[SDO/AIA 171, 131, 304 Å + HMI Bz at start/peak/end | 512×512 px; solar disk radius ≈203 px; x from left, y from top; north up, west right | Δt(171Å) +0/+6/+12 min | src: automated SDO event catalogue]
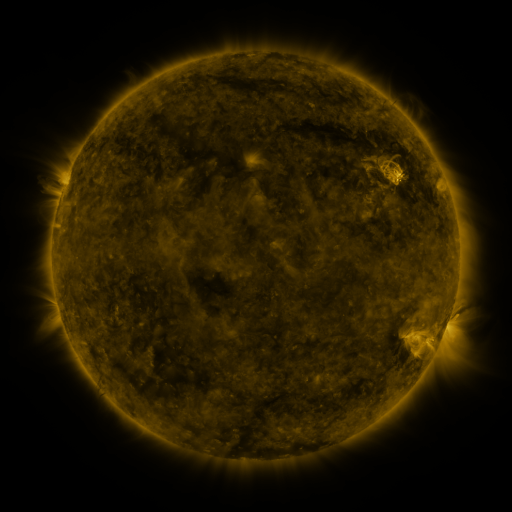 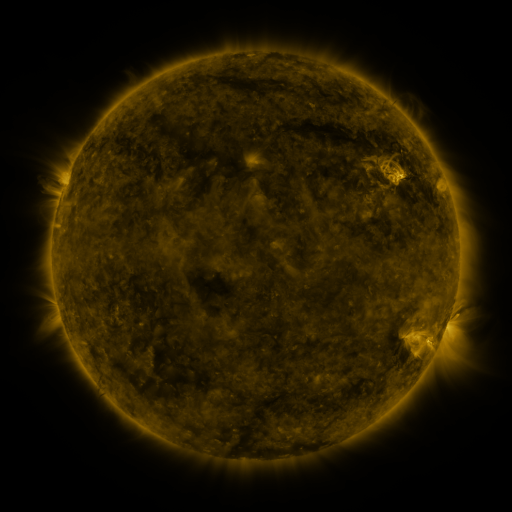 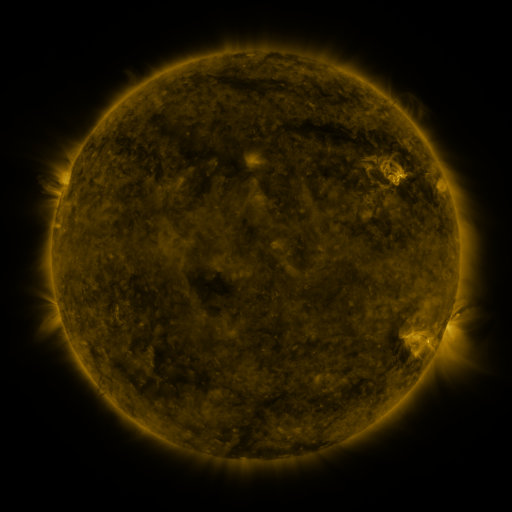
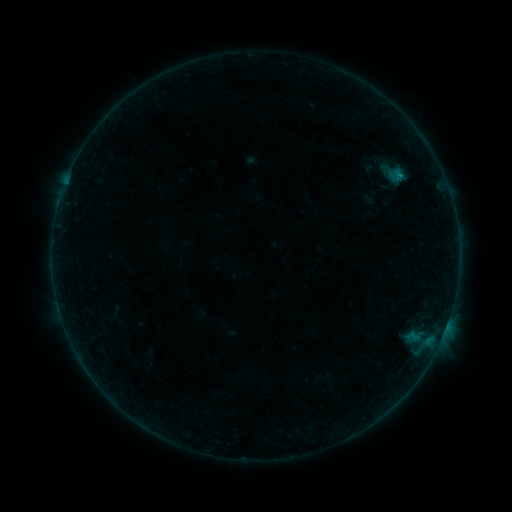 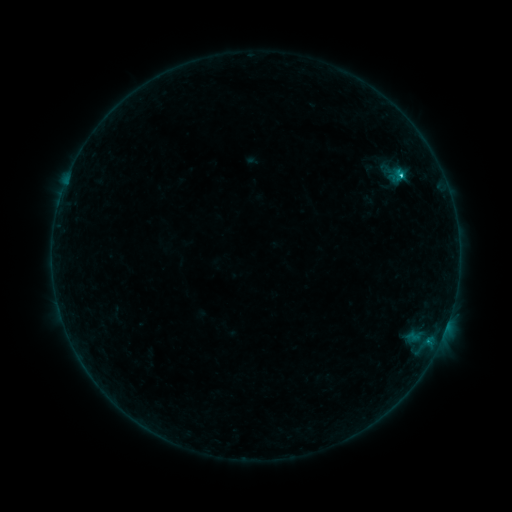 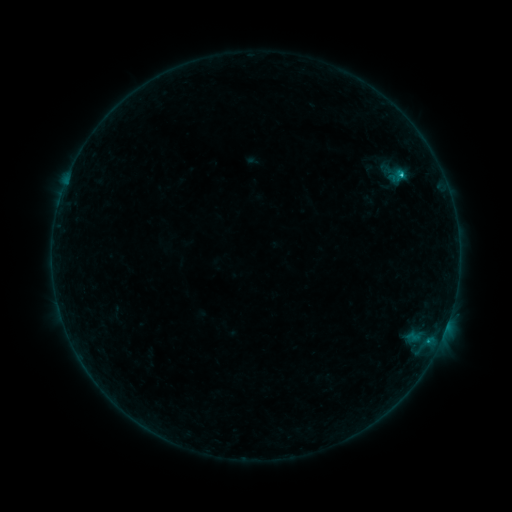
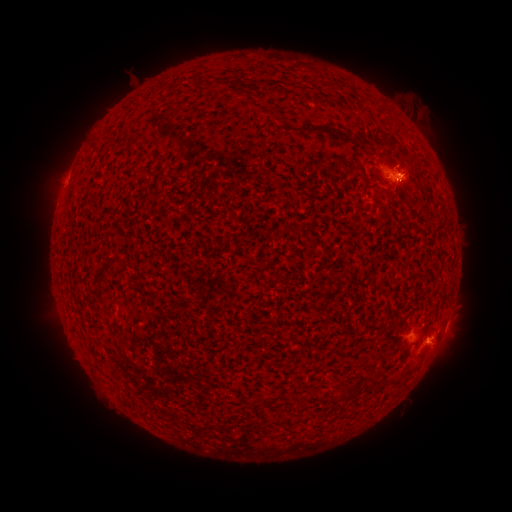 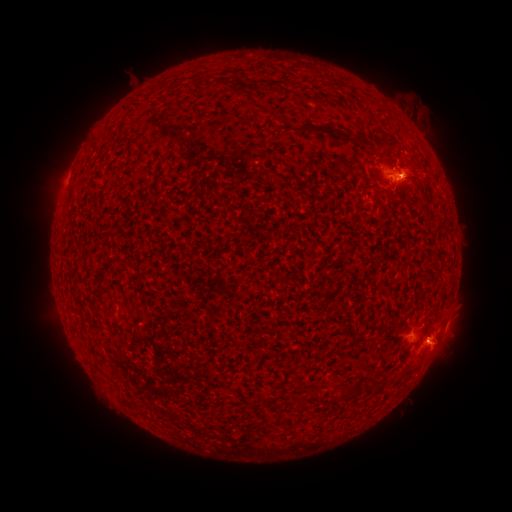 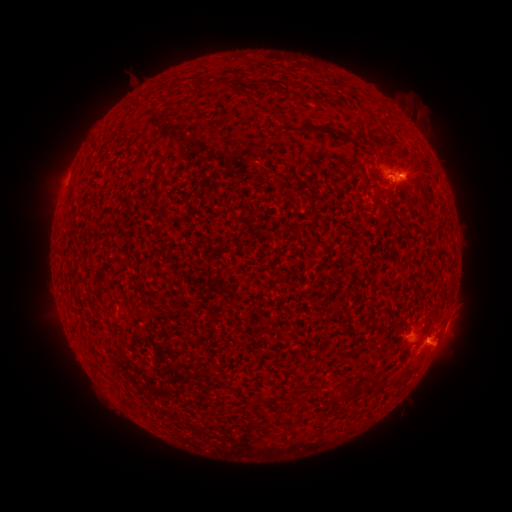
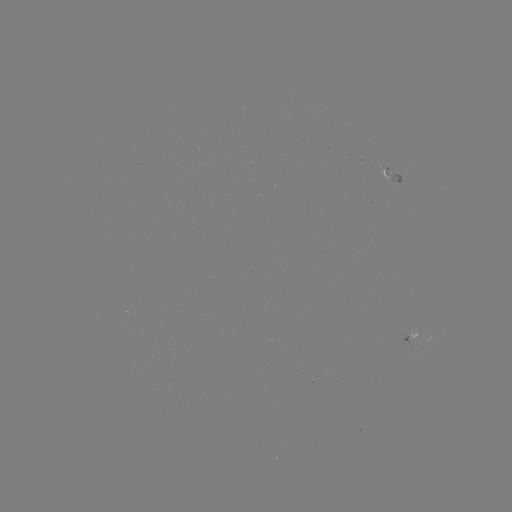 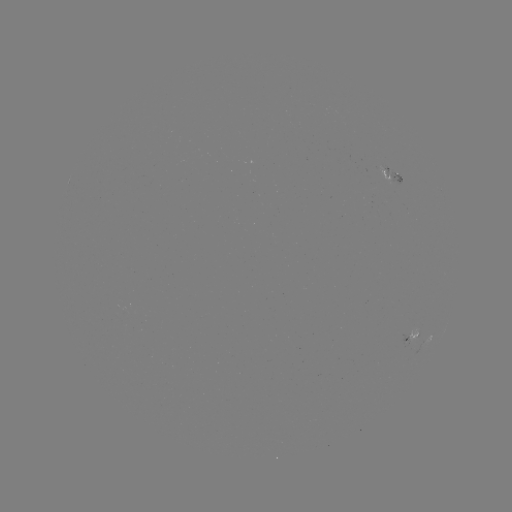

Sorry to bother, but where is eruption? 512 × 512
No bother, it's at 429,164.